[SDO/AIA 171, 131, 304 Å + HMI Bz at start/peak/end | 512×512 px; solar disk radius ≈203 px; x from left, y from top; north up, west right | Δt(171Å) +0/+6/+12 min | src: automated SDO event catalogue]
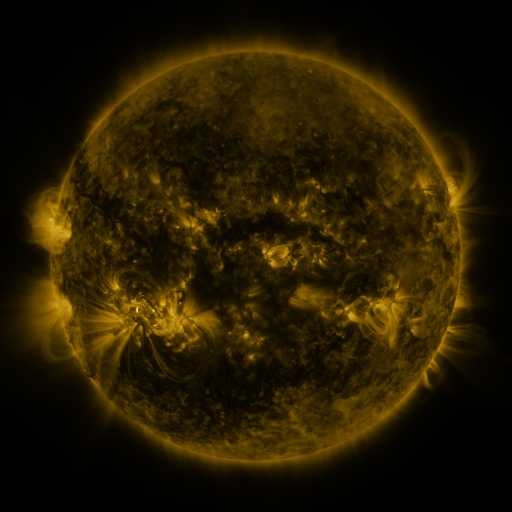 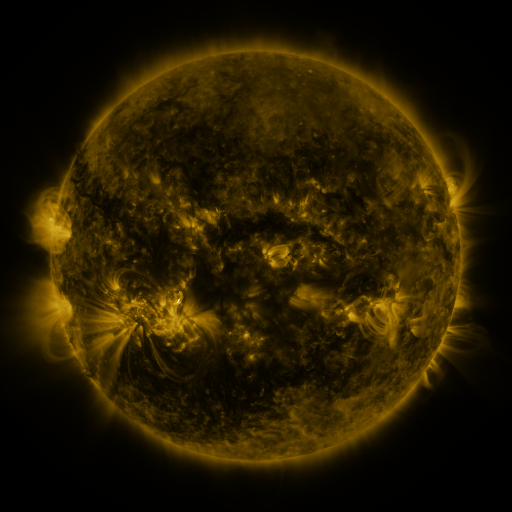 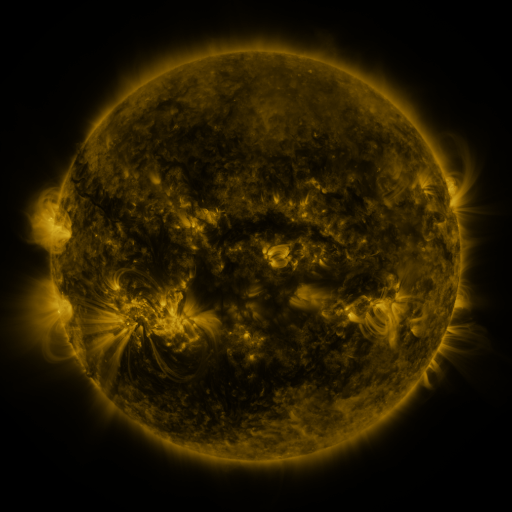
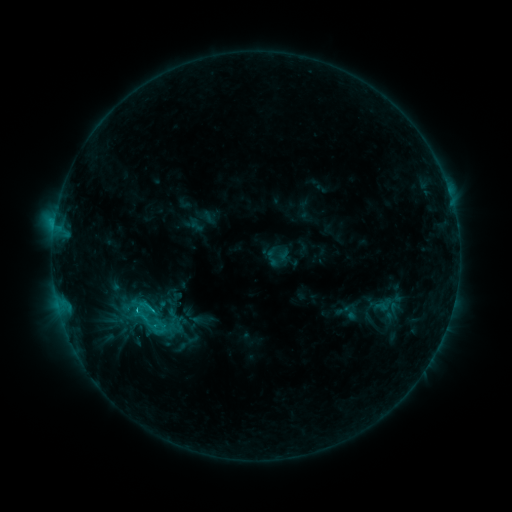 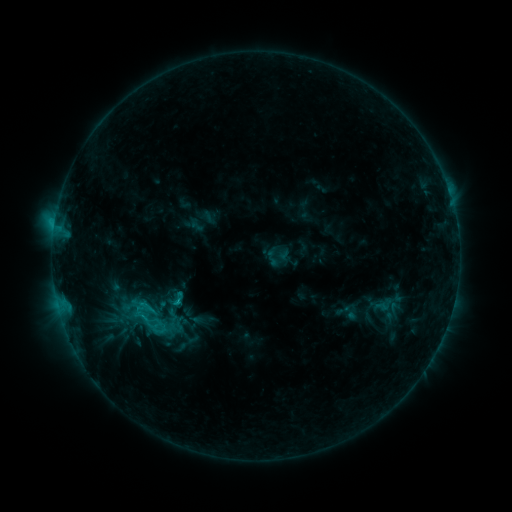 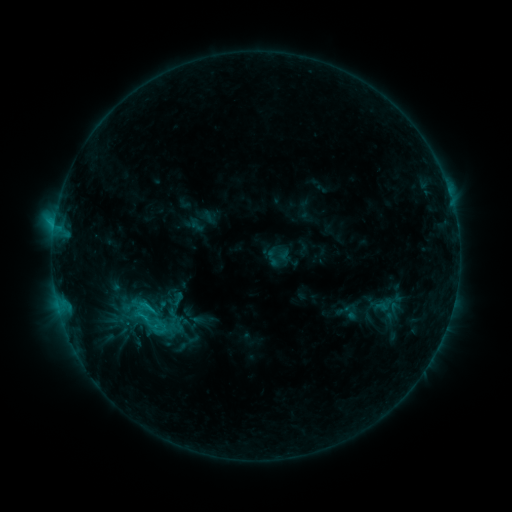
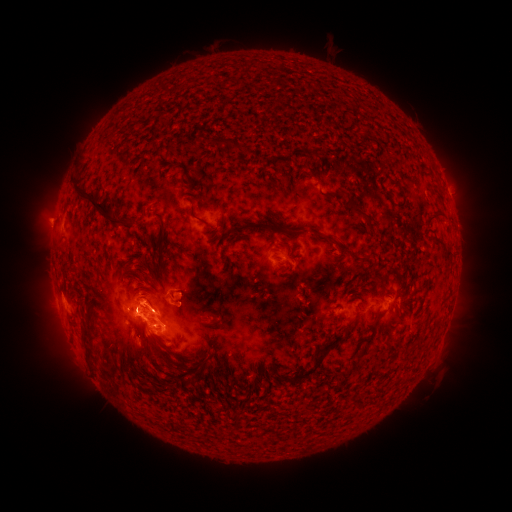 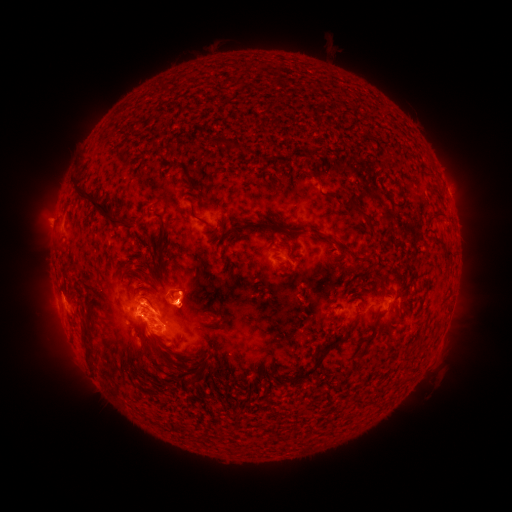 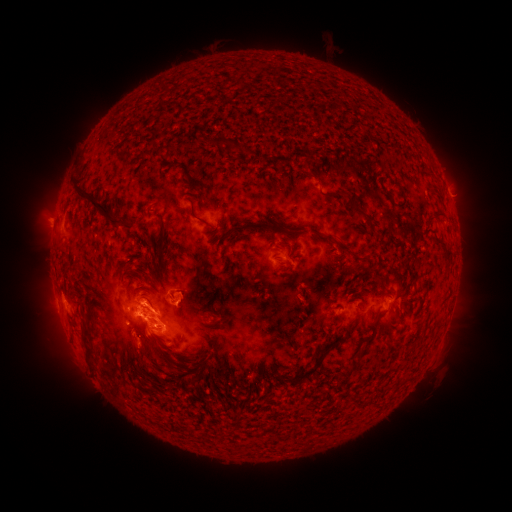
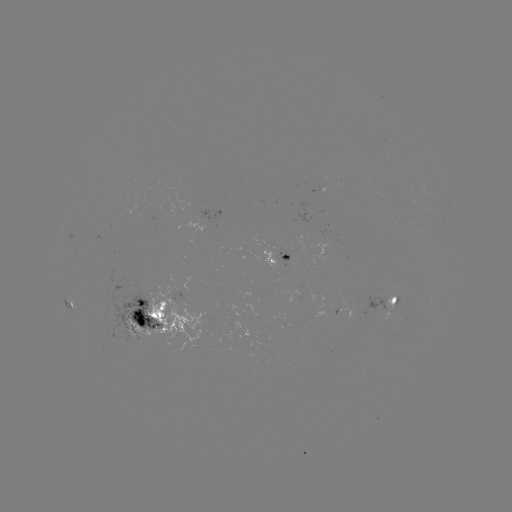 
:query eruption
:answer [190, 294]